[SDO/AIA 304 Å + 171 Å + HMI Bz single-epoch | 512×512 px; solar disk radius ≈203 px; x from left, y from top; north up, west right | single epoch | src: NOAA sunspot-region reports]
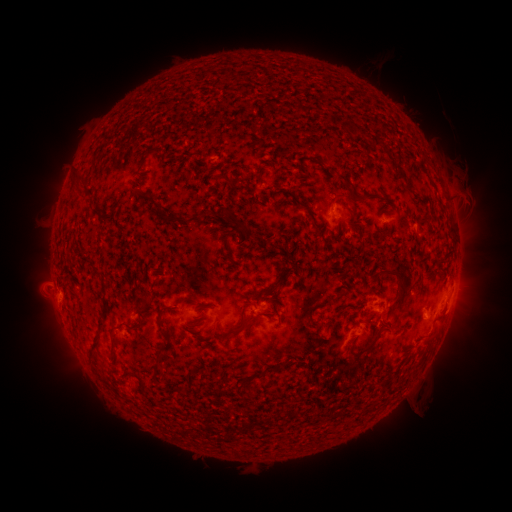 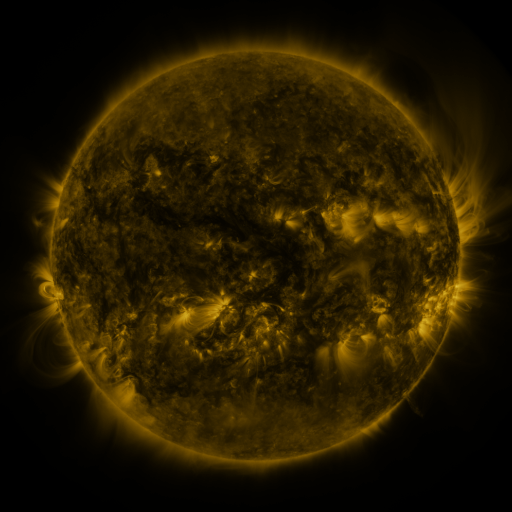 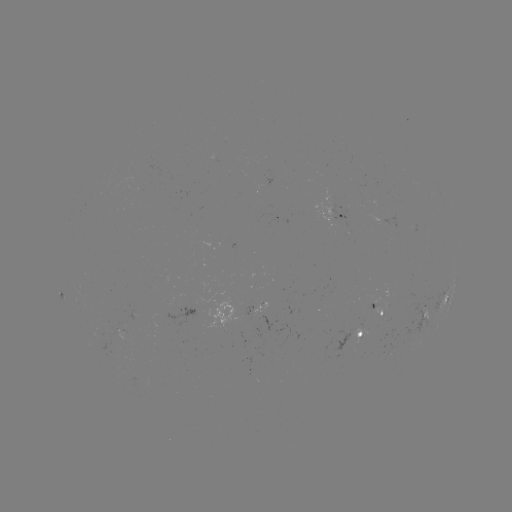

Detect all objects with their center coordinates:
spotted active region: (337, 206)
spotted active region: (385, 218)
spotted active region: (59, 293)
spotted active region: (446, 299)
spotted active region: (379, 306)
spotted active region: (427, 308)
spotted active region: (215, 311)
spotted active region: (134, 316)
spotted active region: (364, 336)
